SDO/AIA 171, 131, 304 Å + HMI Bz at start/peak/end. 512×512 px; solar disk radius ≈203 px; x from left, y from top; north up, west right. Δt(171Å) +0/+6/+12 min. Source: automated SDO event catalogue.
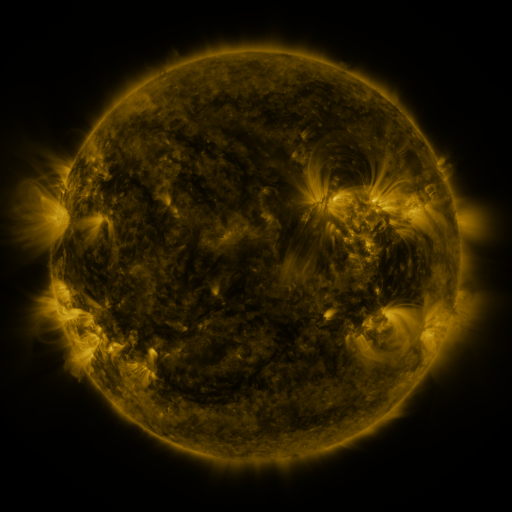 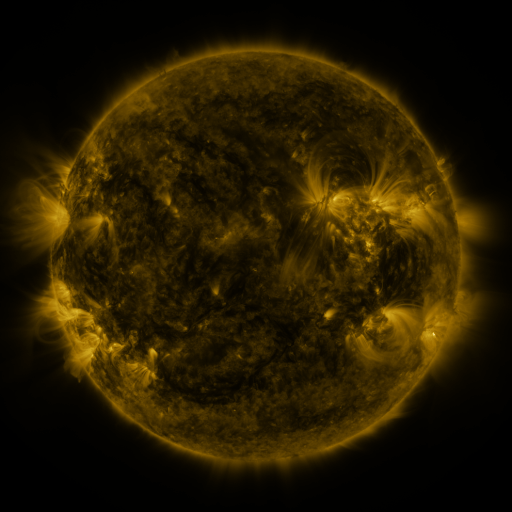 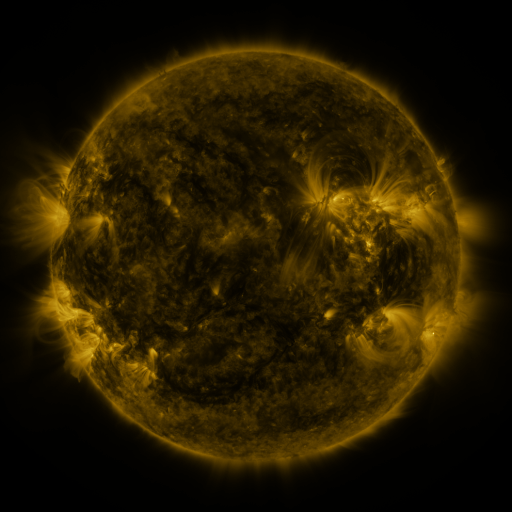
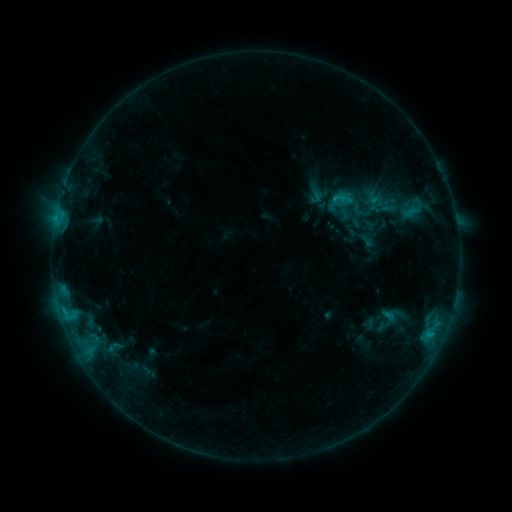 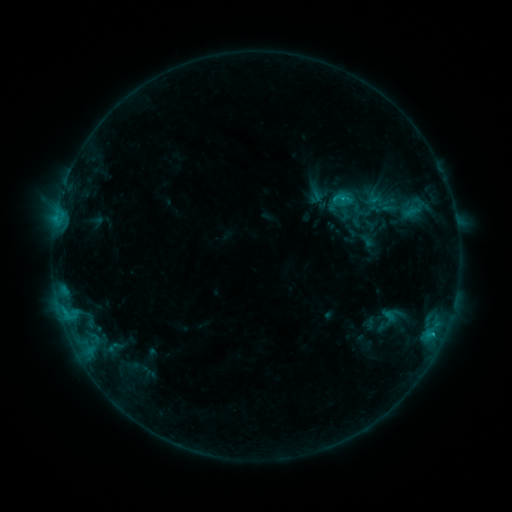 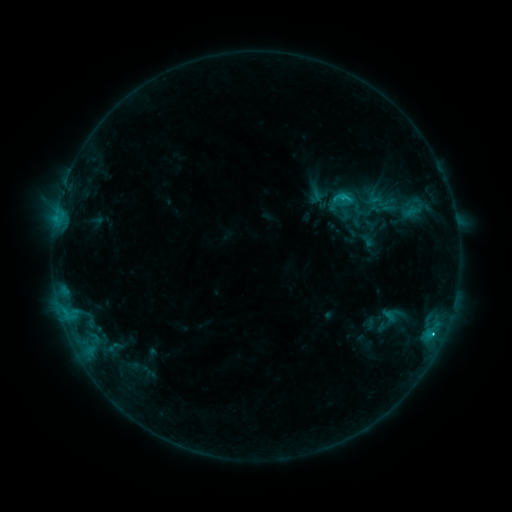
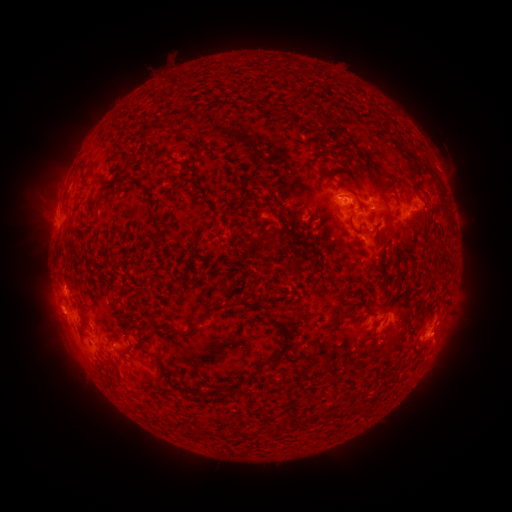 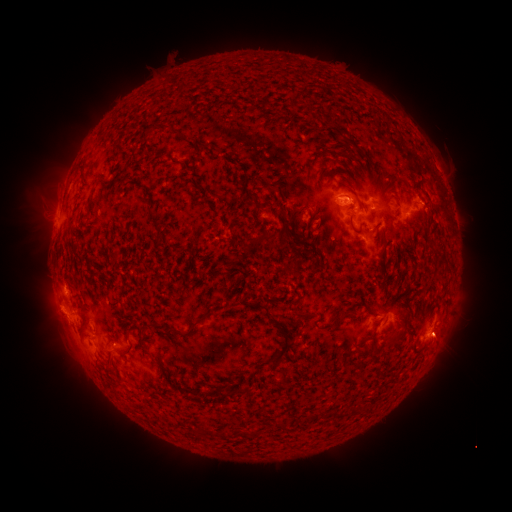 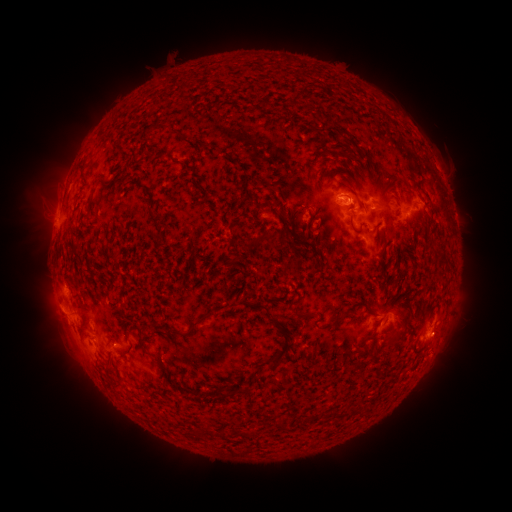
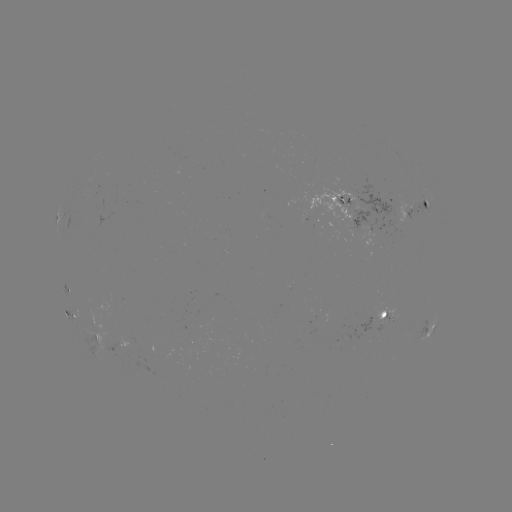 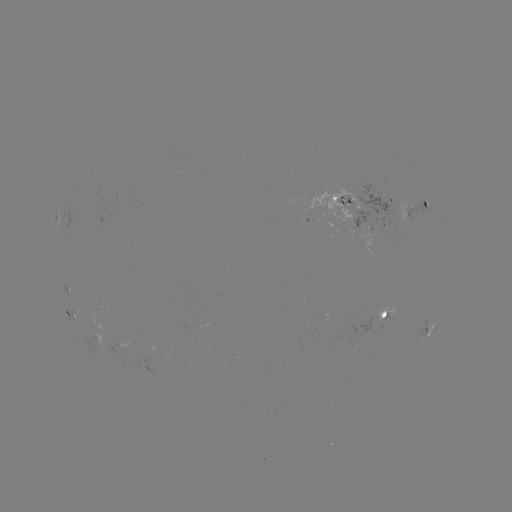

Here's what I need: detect C1.7 flare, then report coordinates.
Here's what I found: C1.7 flare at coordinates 432,332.